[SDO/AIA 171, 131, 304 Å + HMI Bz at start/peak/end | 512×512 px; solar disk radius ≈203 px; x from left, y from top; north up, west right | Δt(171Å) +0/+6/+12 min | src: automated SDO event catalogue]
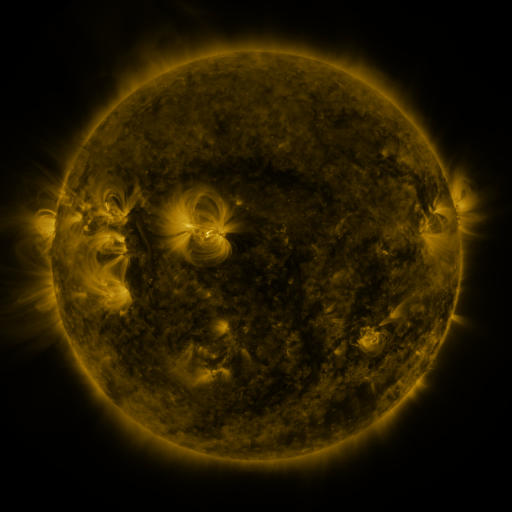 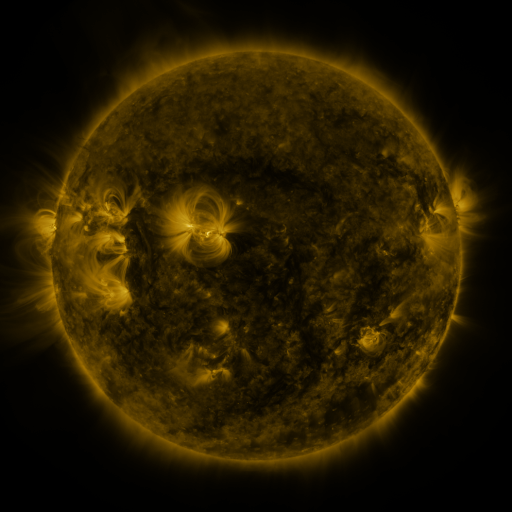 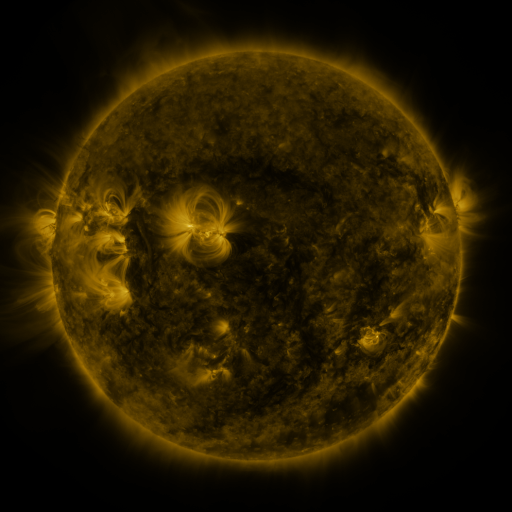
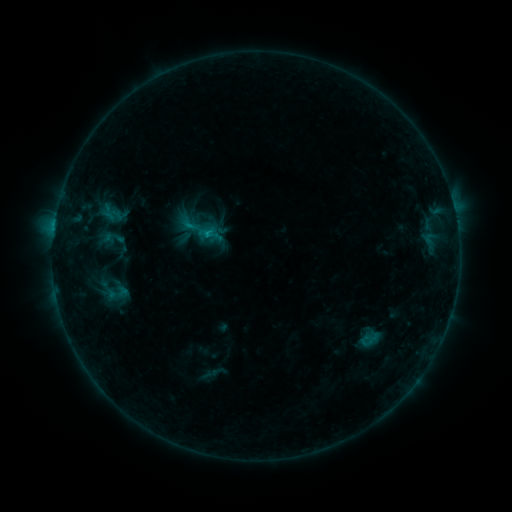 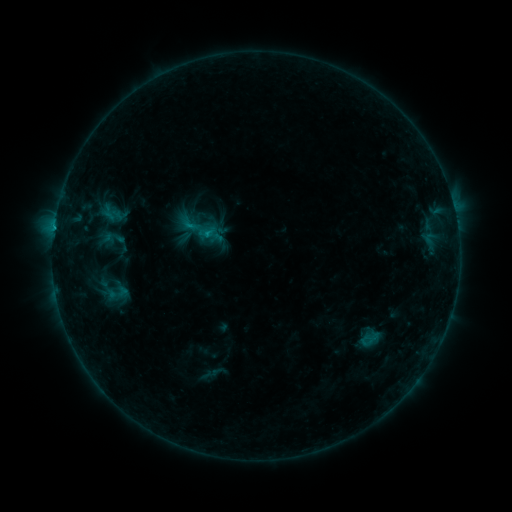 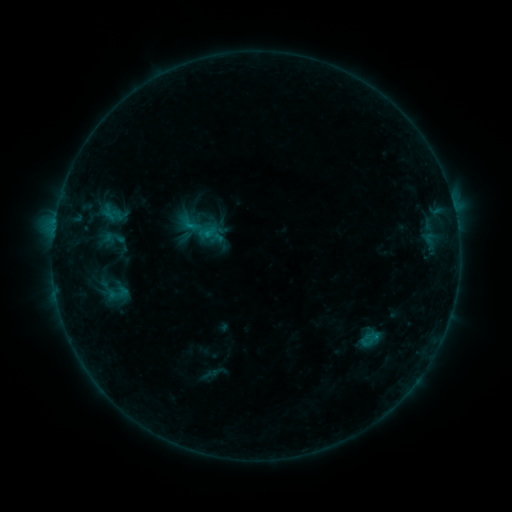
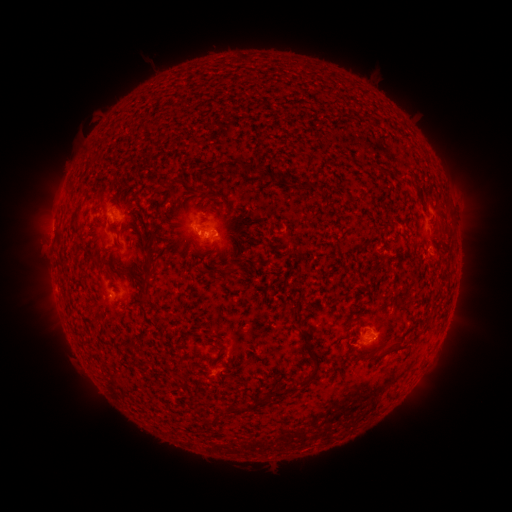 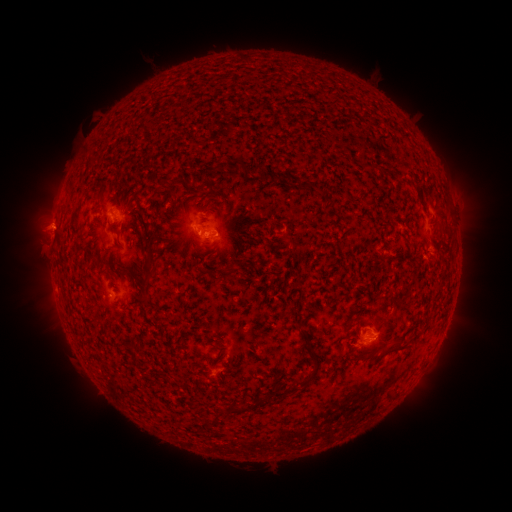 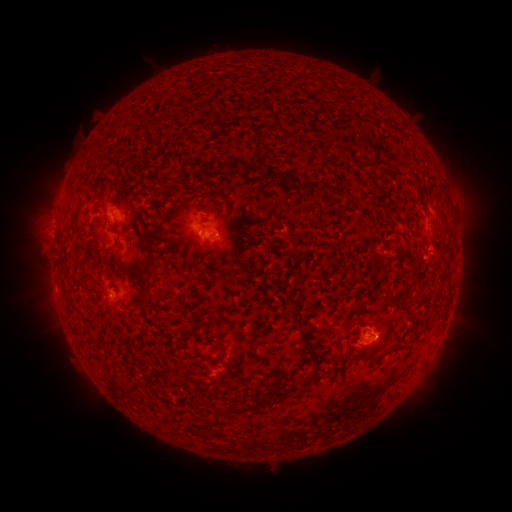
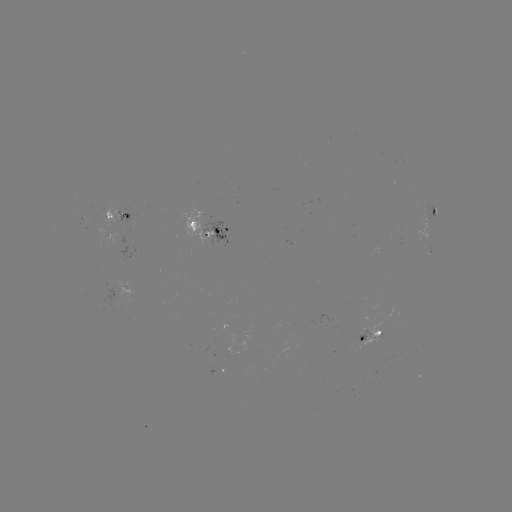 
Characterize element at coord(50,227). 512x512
eruption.